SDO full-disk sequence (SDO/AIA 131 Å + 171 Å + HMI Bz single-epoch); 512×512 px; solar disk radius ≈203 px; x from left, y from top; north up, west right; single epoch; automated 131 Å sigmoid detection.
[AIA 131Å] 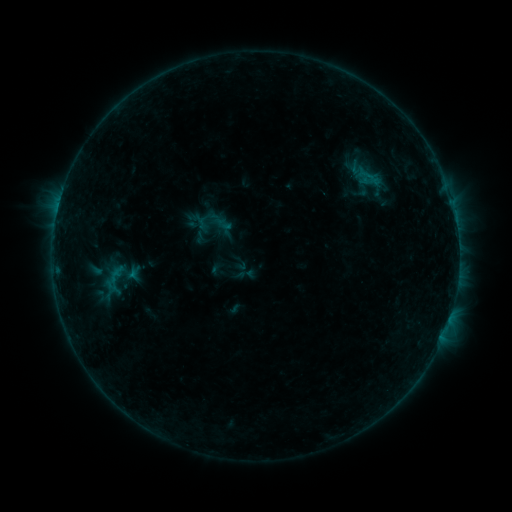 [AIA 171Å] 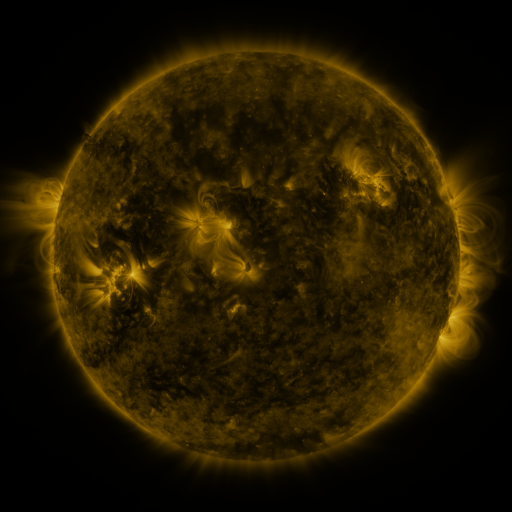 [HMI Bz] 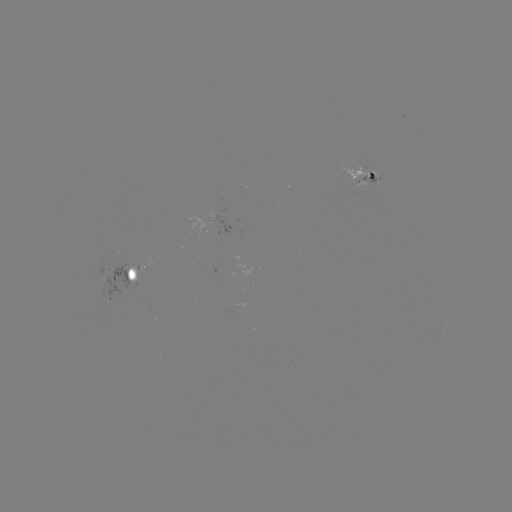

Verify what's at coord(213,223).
sigmoid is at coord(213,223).